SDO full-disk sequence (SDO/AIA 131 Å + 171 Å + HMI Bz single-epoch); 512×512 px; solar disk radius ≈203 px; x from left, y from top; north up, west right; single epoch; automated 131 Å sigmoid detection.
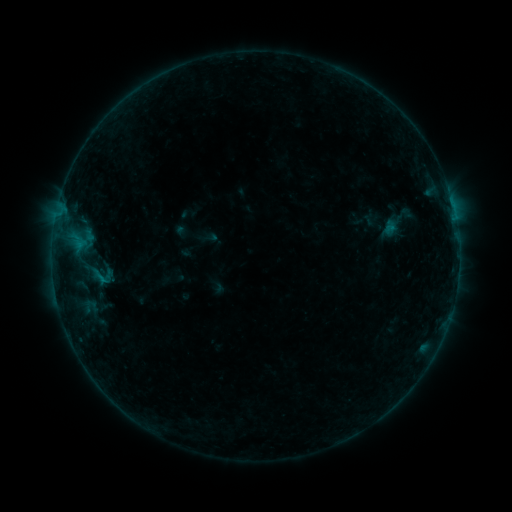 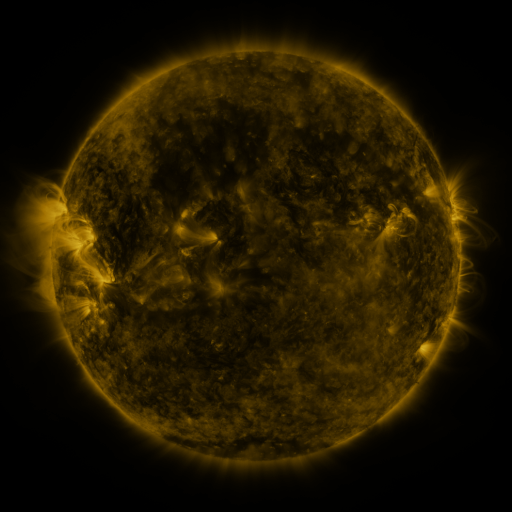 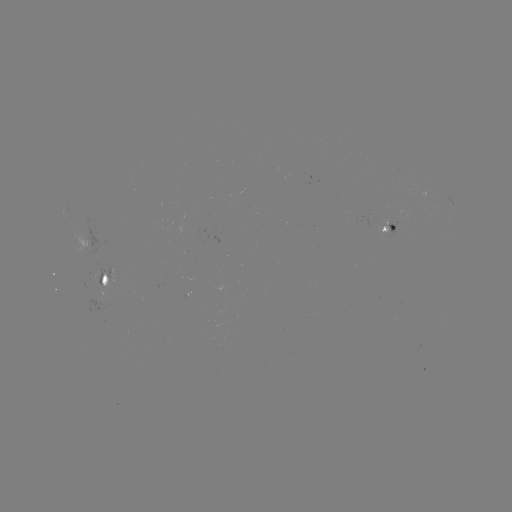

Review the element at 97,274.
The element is sigmoid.